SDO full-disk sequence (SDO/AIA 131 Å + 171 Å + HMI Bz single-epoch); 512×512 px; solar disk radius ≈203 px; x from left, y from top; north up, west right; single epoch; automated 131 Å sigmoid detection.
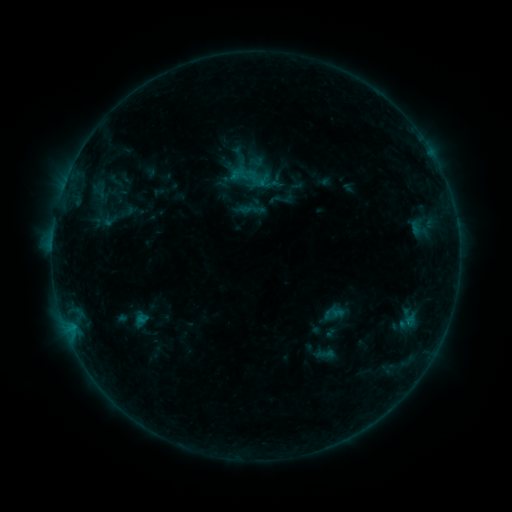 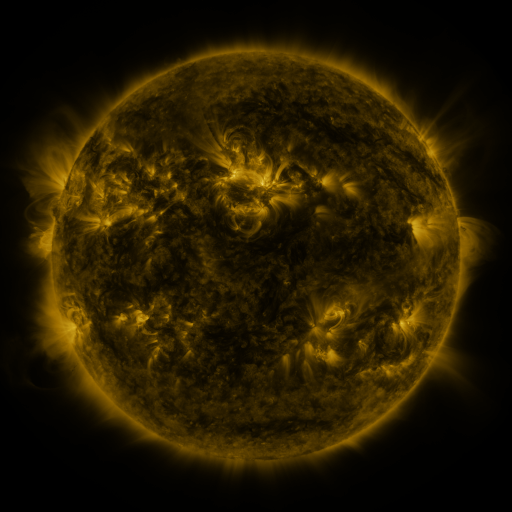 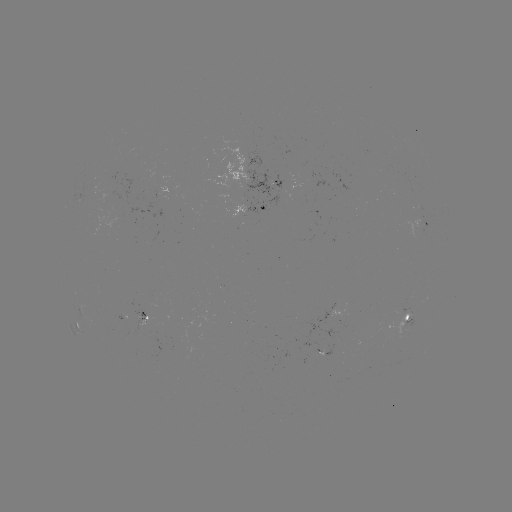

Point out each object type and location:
sigmoid: [248, 154, 265, 170]
